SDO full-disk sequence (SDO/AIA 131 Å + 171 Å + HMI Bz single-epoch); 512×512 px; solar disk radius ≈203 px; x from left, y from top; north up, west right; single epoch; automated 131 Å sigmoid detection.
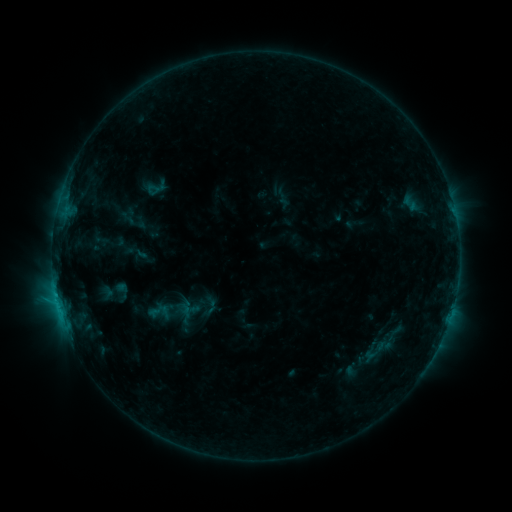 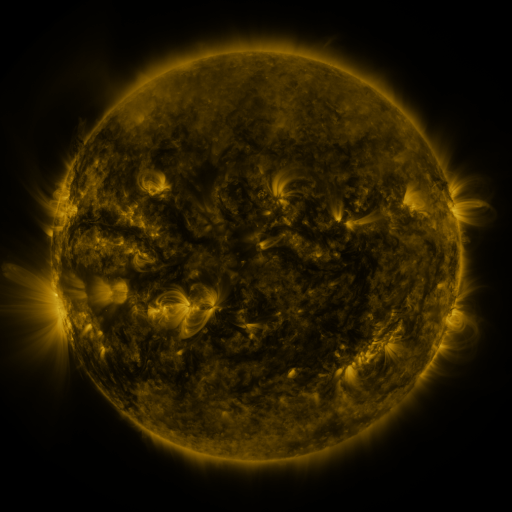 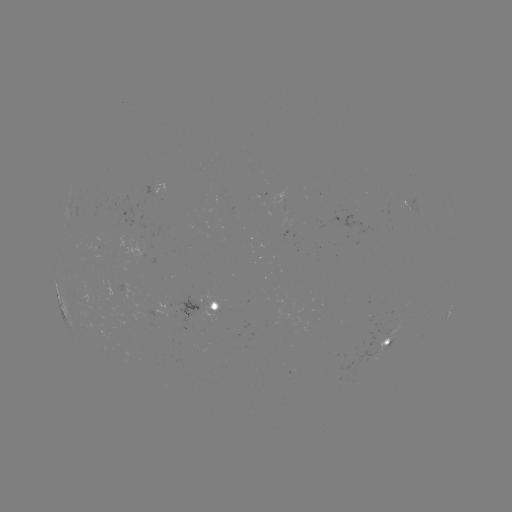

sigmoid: [144, 298, 175, 326]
